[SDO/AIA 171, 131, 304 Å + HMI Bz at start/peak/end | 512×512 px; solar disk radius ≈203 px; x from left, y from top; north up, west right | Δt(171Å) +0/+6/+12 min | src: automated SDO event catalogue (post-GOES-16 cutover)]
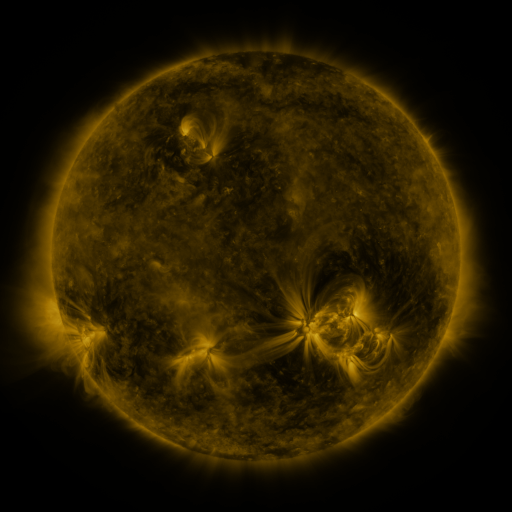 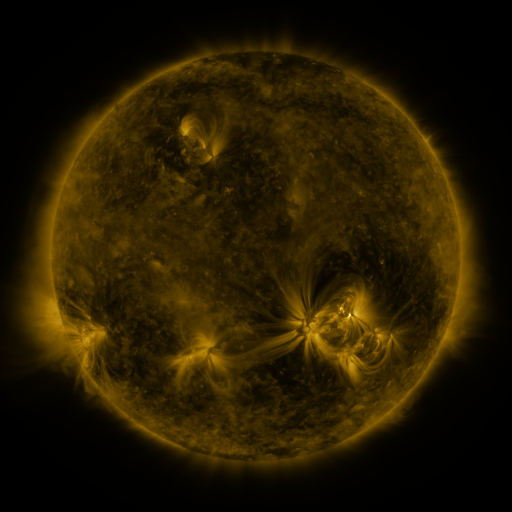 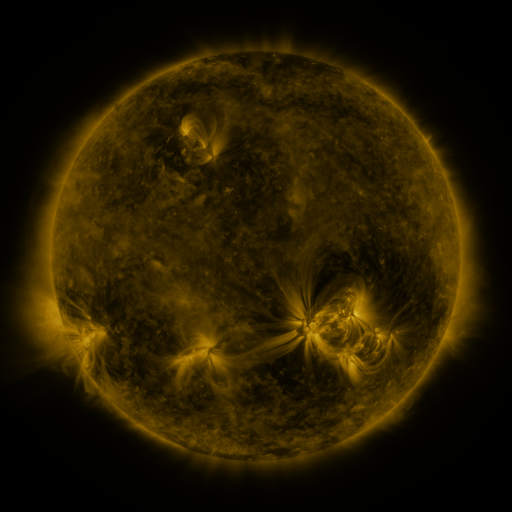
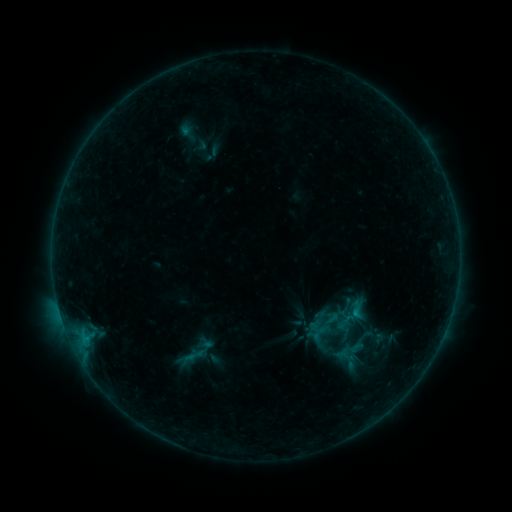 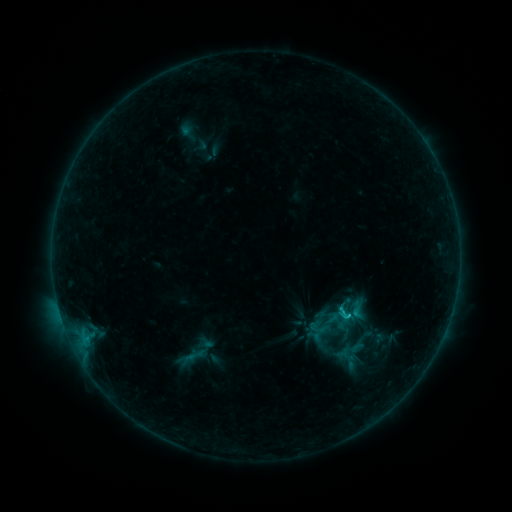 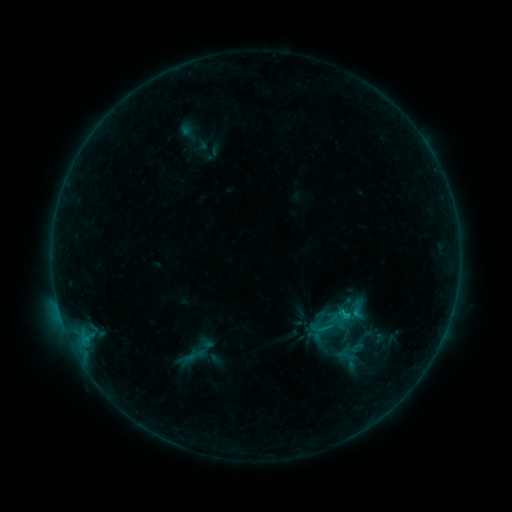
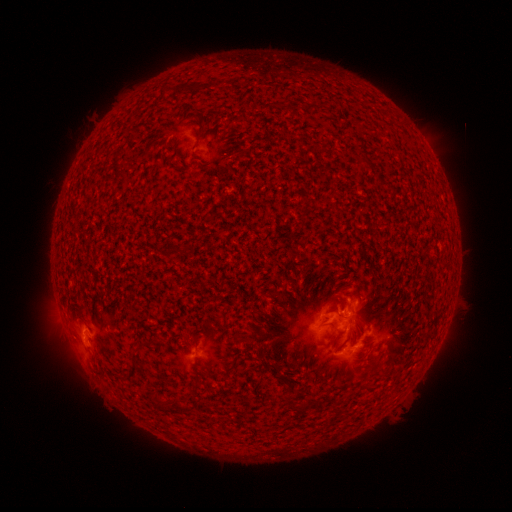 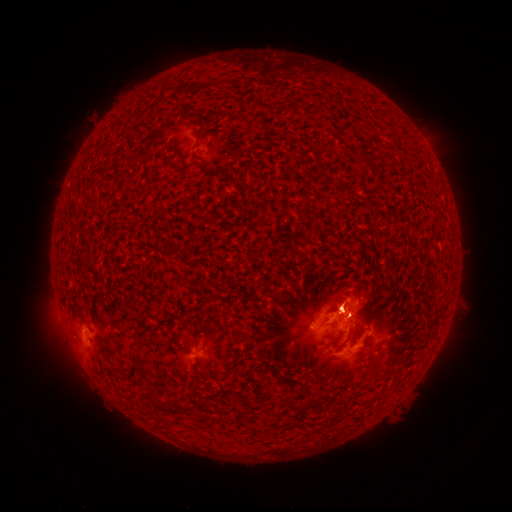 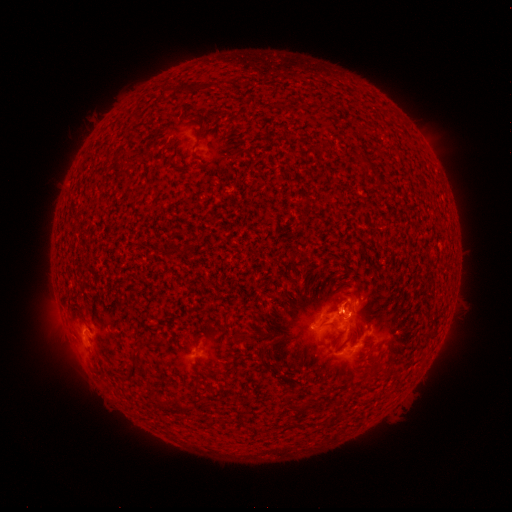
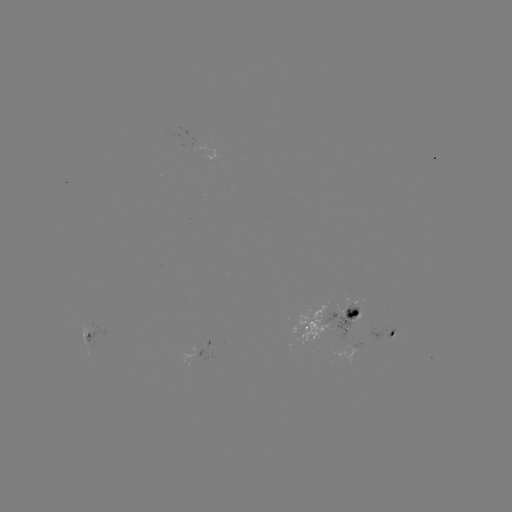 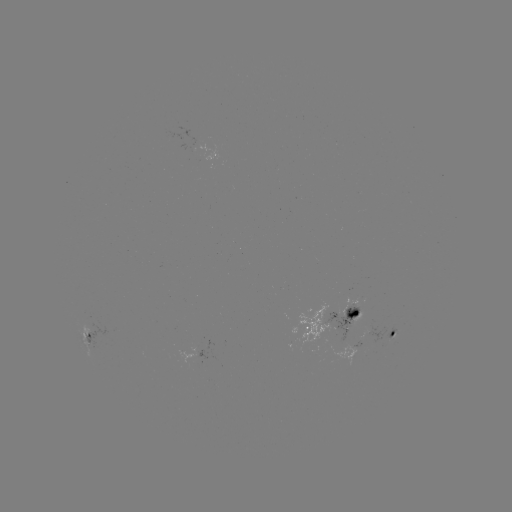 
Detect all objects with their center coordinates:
C1.4 flare: (342, 311)
